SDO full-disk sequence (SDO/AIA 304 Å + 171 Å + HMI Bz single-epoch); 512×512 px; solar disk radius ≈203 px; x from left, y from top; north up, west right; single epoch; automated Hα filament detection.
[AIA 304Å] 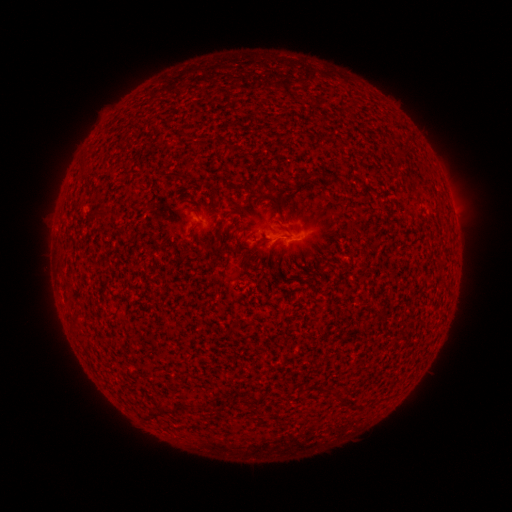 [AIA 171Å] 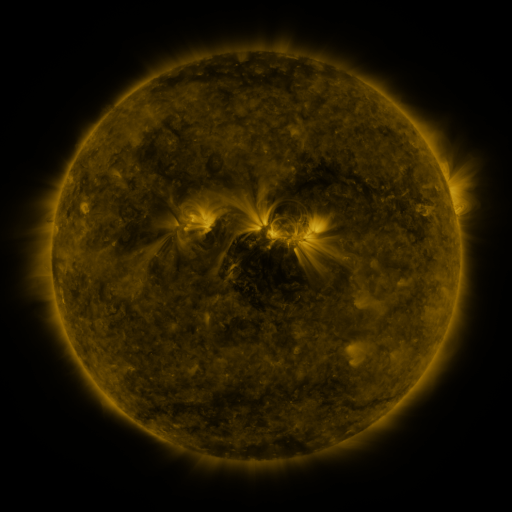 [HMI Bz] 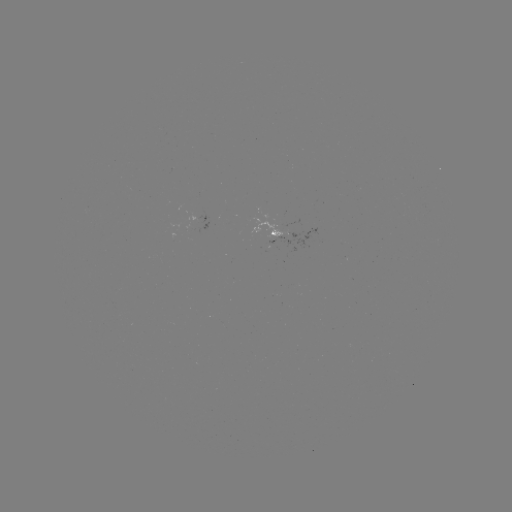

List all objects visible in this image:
filament: (170, 171, 184, 180)
filament: (305, 173, 314, 183)
filament: (92, 210, 108, 219)
filament: (219, 222, 228, 231)
filament: (161, 405, 178, 415)
